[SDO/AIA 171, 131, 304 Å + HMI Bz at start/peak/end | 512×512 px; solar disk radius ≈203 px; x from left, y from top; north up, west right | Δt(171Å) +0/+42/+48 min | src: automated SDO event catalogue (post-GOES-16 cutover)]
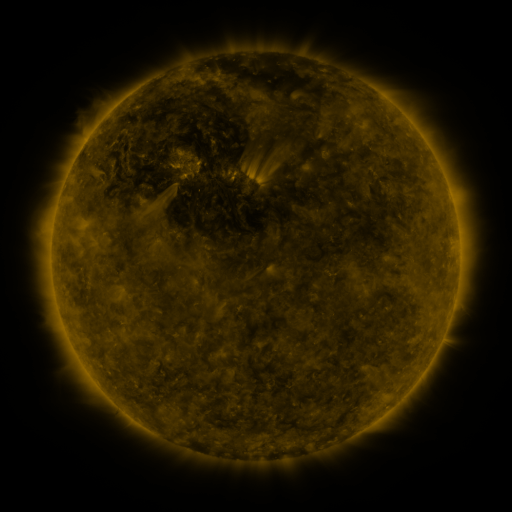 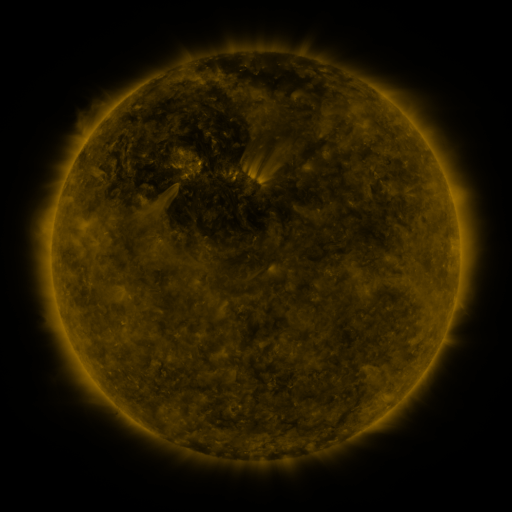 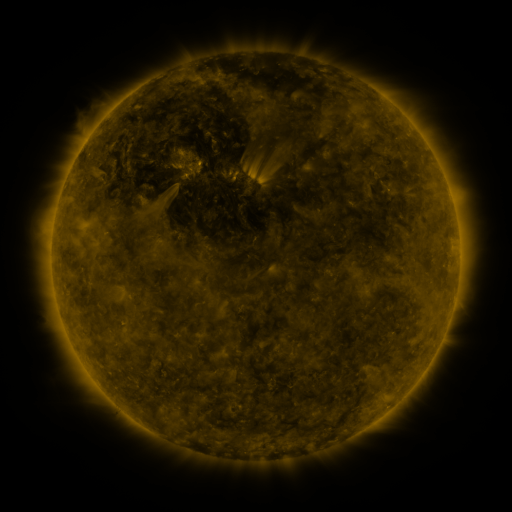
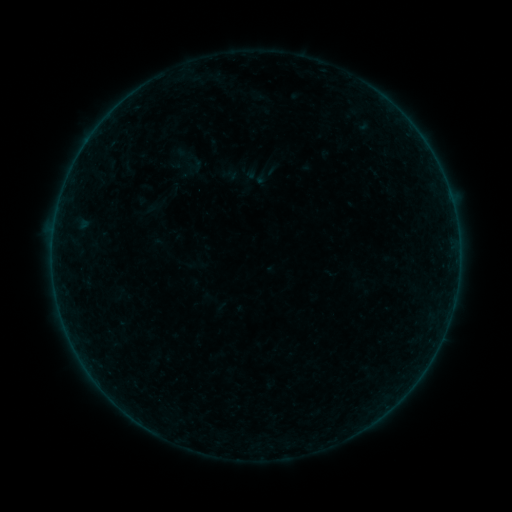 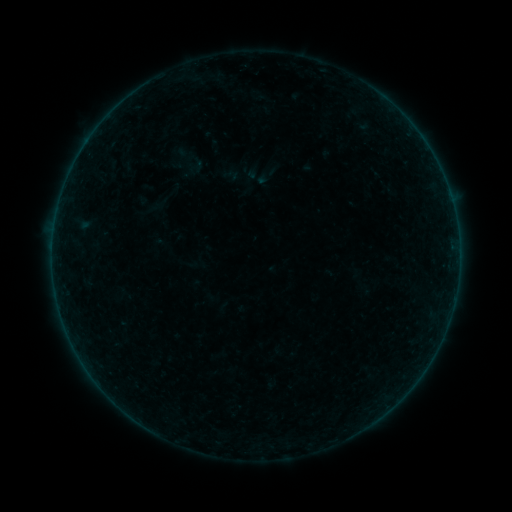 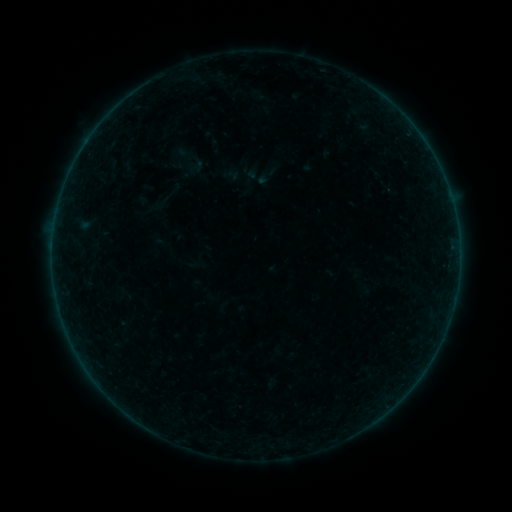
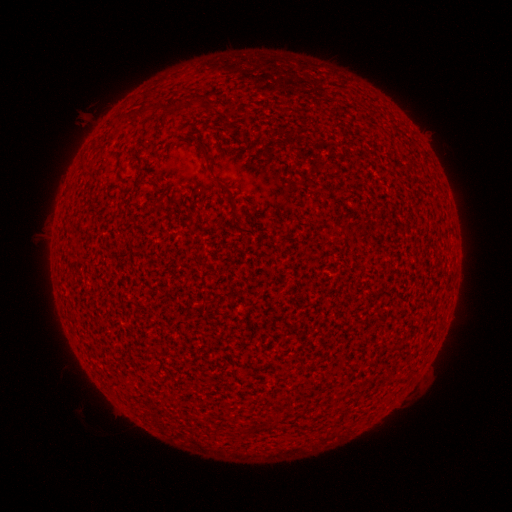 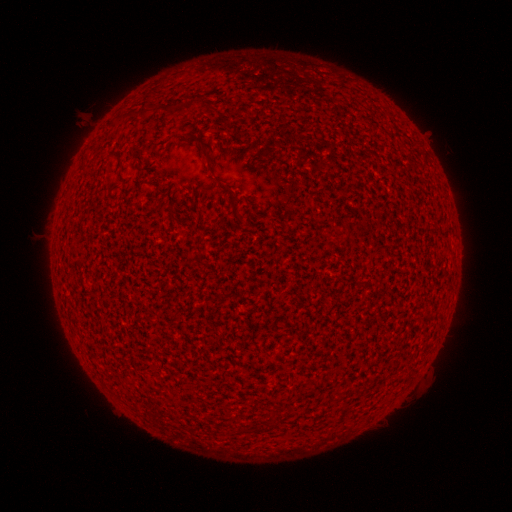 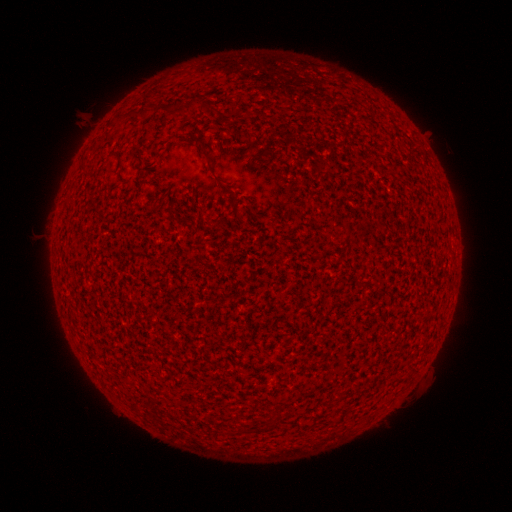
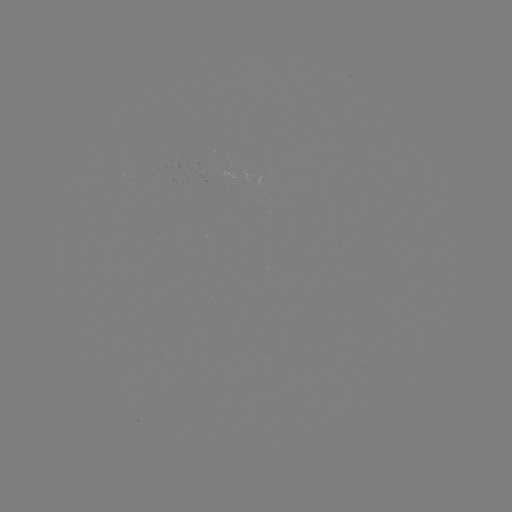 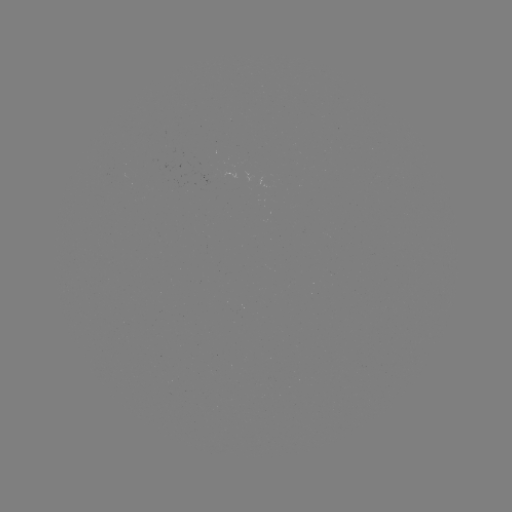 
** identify A2.5 flare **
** (52, 249) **